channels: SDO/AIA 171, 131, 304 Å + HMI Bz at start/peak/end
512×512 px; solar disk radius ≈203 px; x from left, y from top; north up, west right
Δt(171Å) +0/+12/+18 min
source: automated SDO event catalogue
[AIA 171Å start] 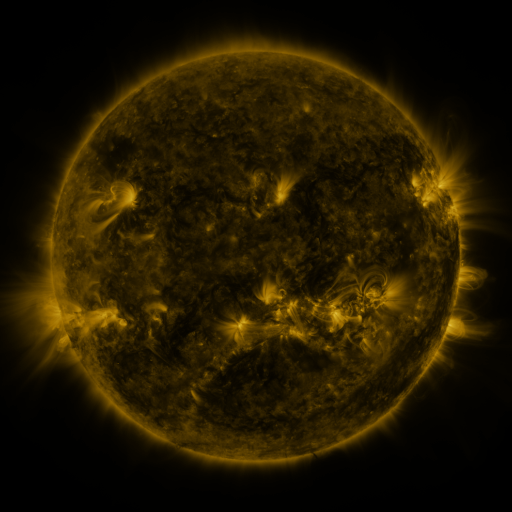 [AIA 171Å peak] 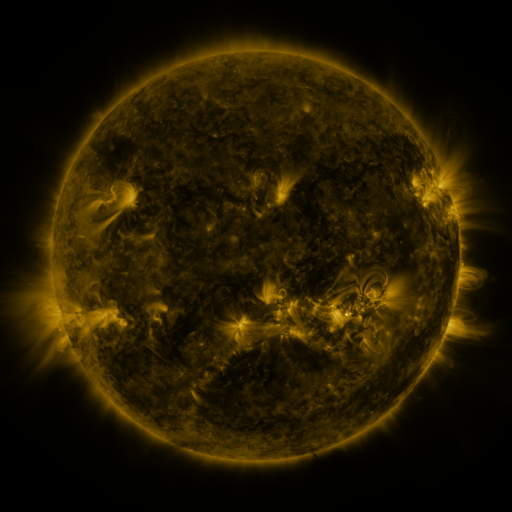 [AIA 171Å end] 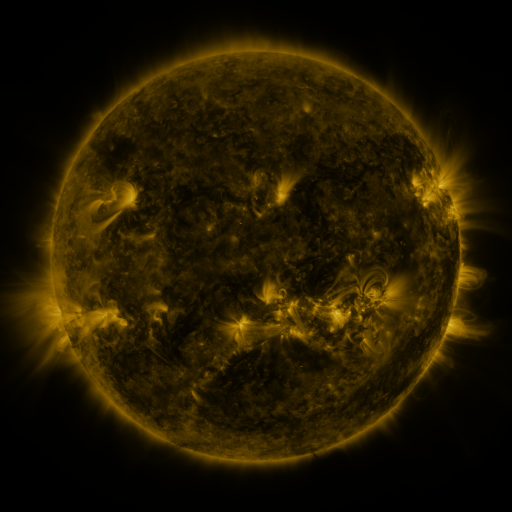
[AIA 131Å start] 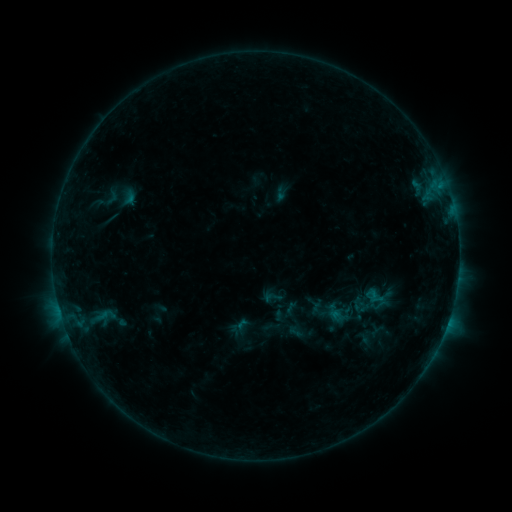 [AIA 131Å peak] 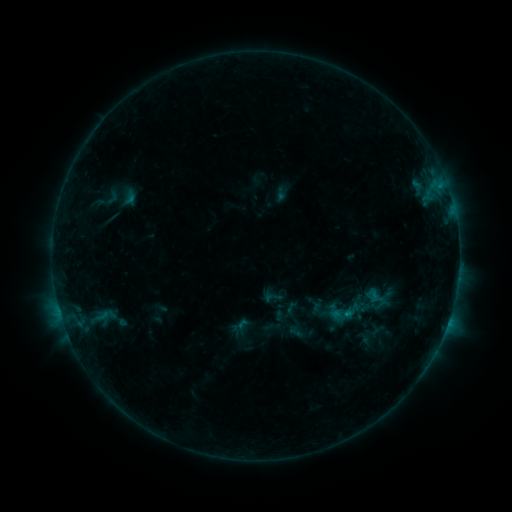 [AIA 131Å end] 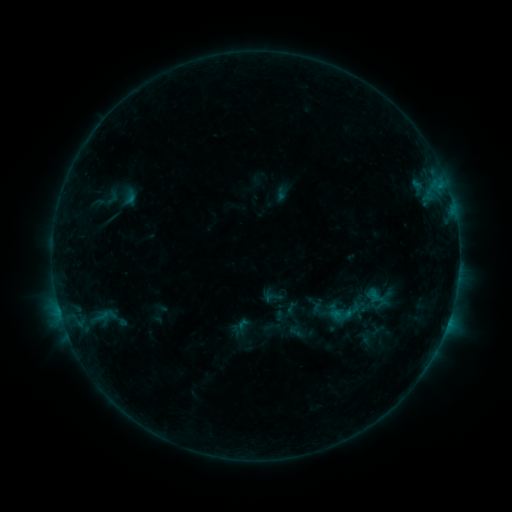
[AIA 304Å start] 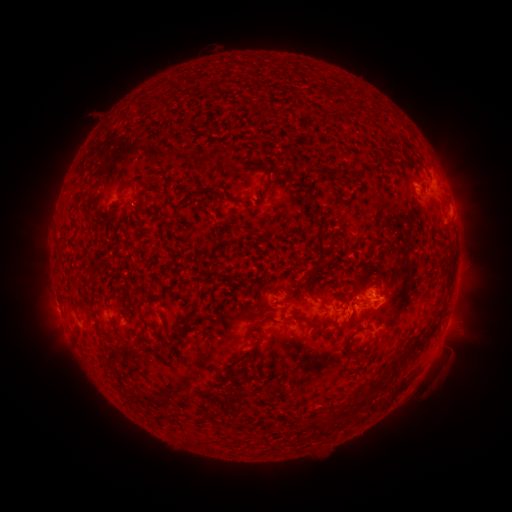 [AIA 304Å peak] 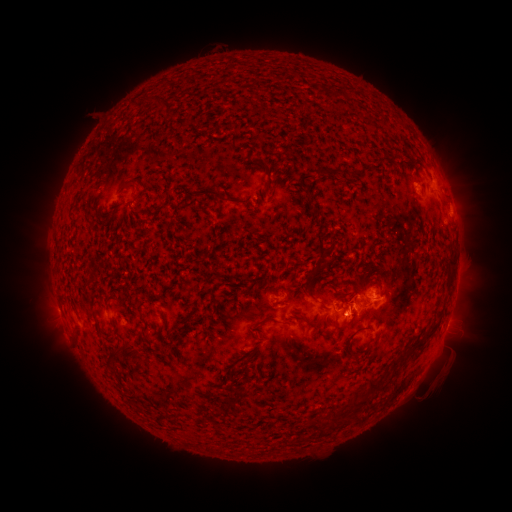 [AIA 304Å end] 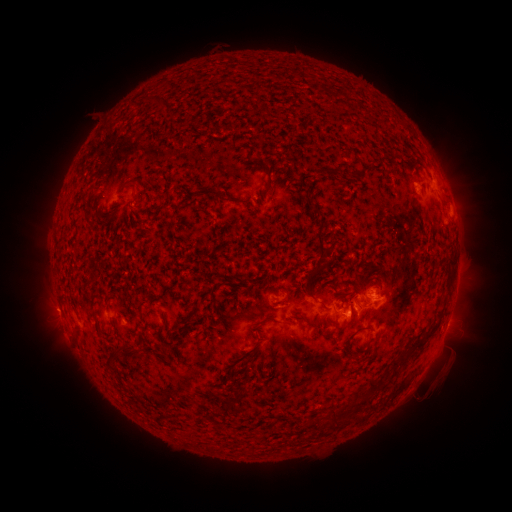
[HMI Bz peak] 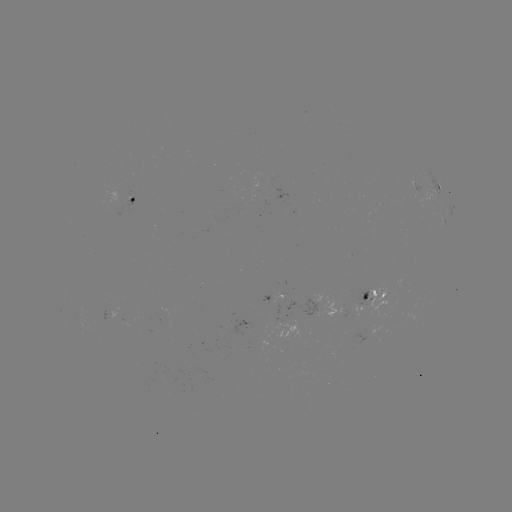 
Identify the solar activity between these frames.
eruption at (346, 321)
